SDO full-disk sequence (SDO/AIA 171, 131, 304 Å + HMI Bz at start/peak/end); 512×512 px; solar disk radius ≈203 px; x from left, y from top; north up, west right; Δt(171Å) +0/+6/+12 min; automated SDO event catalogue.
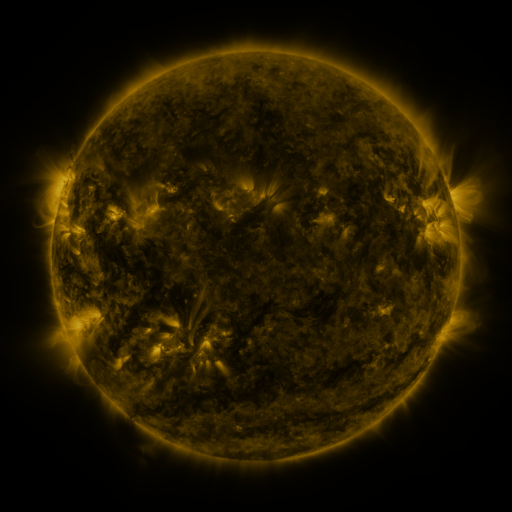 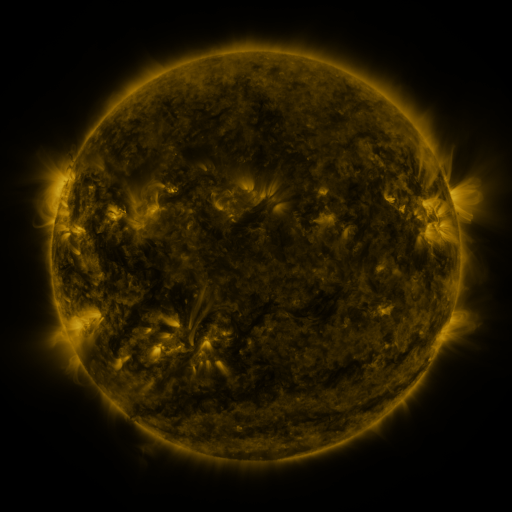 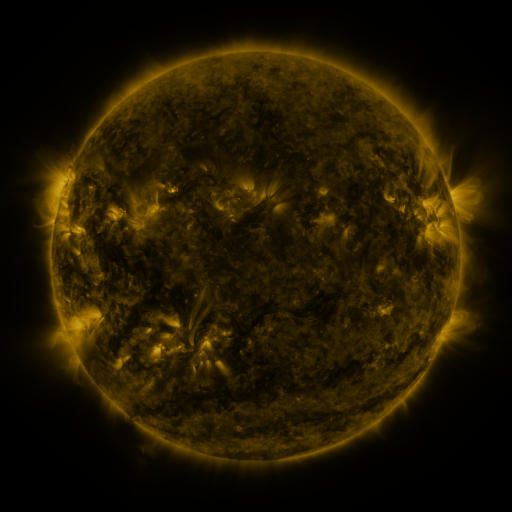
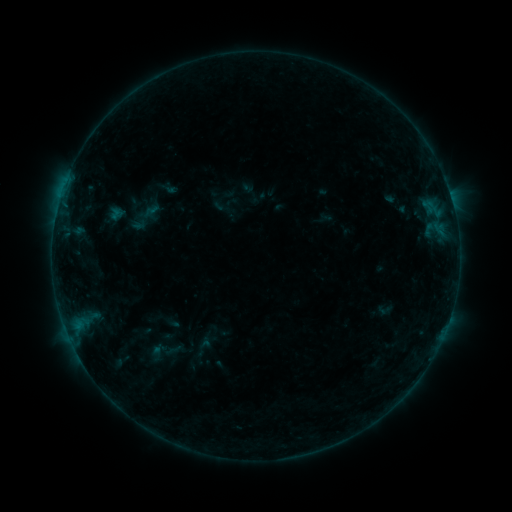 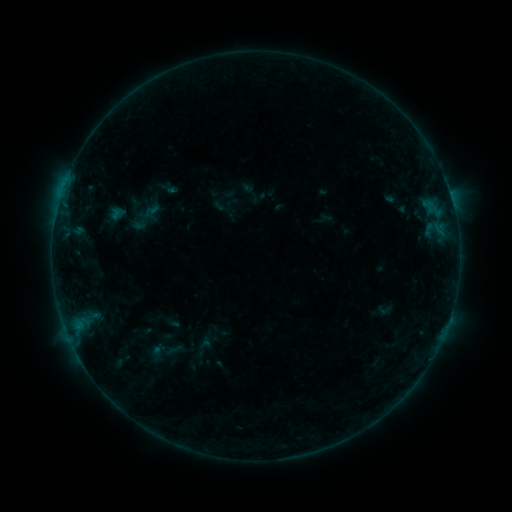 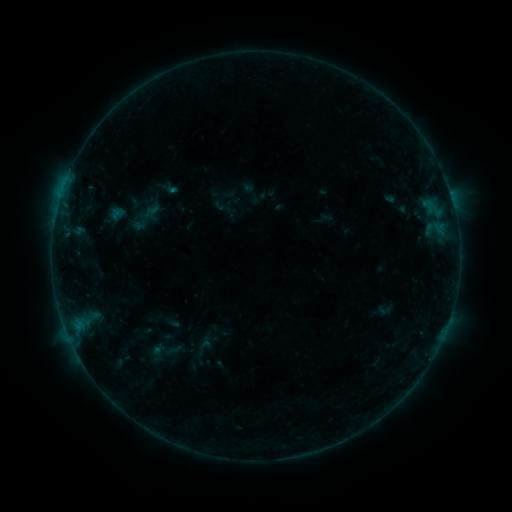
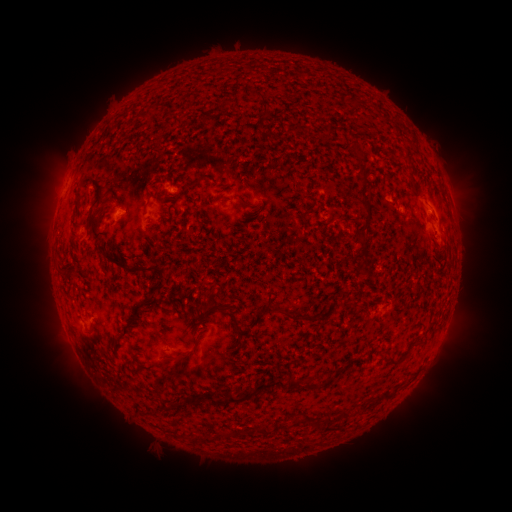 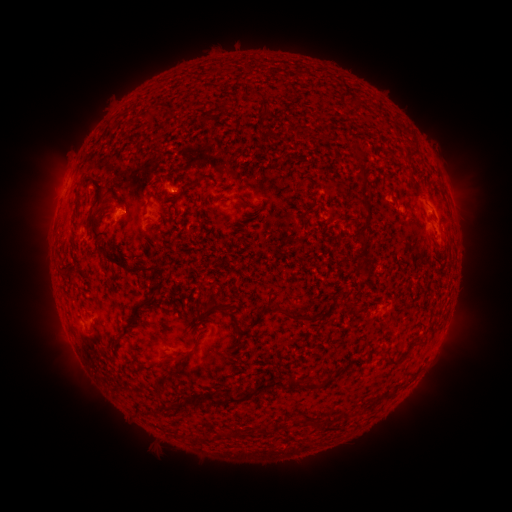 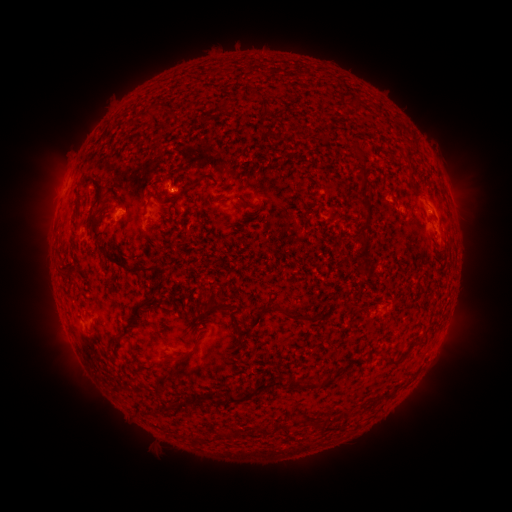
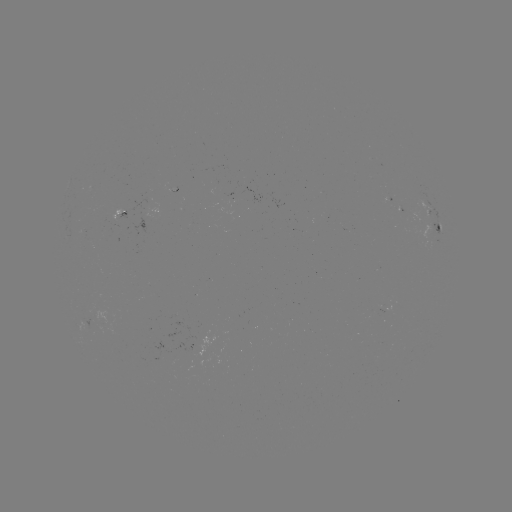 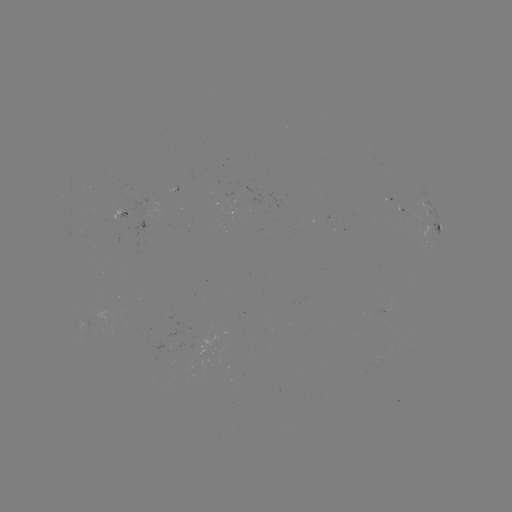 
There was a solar flare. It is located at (78, 325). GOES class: B2.2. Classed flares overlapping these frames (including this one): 1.